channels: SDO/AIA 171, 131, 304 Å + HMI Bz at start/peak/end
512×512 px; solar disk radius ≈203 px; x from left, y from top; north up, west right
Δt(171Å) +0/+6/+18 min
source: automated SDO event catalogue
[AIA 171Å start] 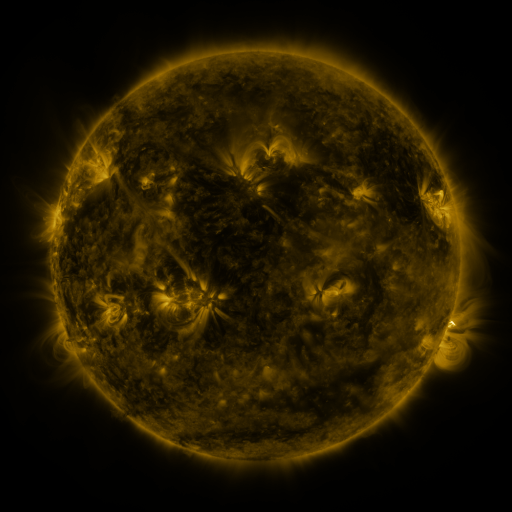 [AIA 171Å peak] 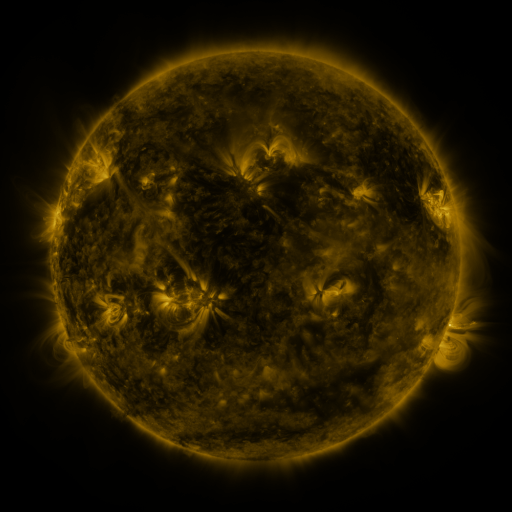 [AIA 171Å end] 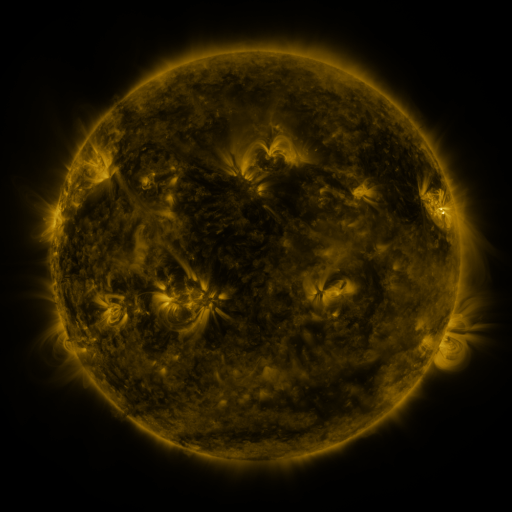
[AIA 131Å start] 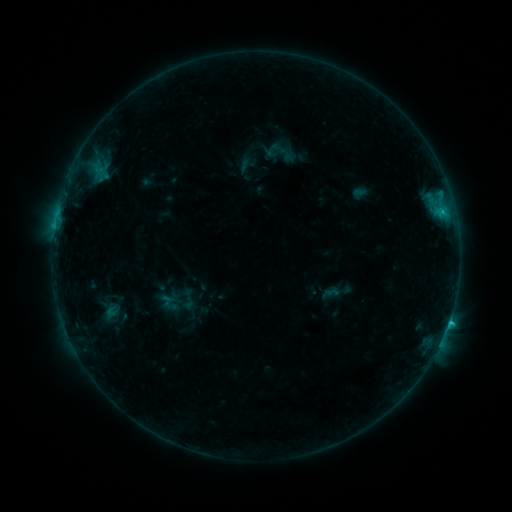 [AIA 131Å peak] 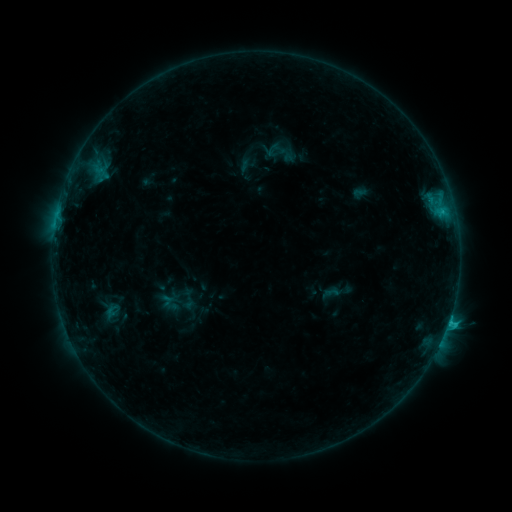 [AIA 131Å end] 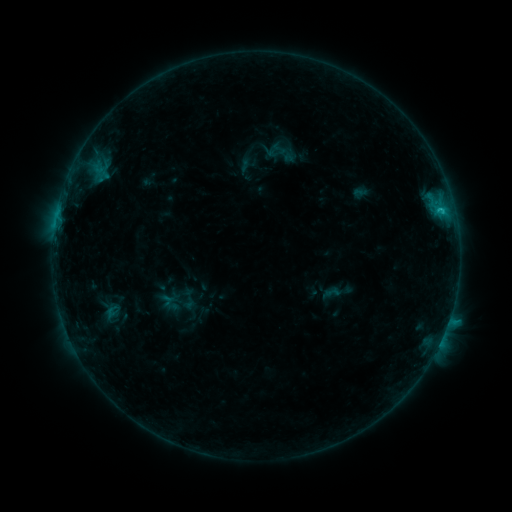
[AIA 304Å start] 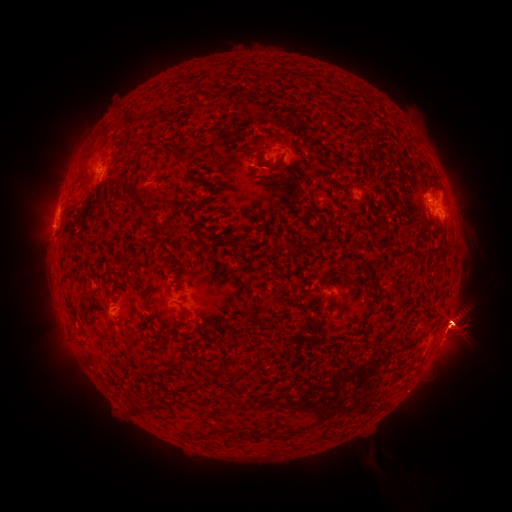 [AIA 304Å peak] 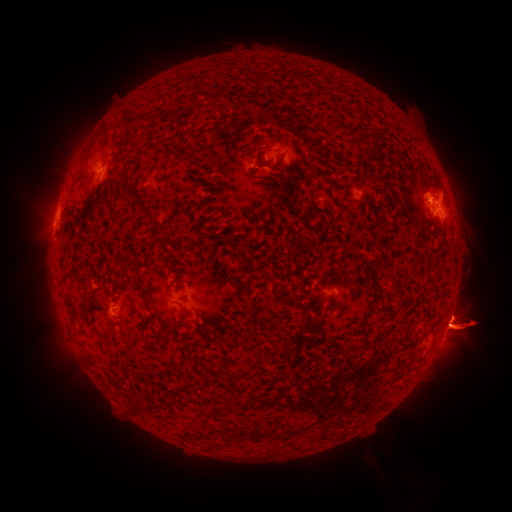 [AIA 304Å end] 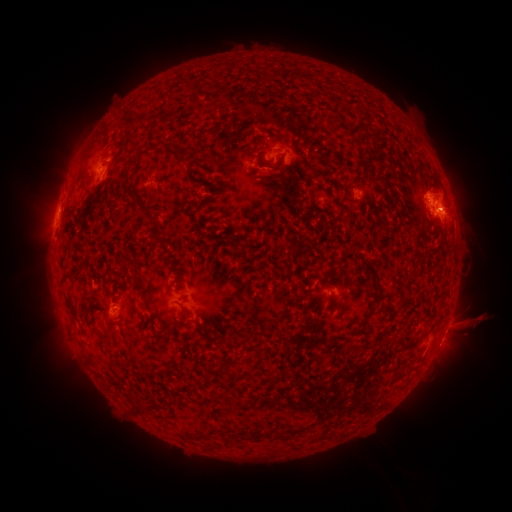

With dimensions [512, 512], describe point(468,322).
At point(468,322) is eruption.